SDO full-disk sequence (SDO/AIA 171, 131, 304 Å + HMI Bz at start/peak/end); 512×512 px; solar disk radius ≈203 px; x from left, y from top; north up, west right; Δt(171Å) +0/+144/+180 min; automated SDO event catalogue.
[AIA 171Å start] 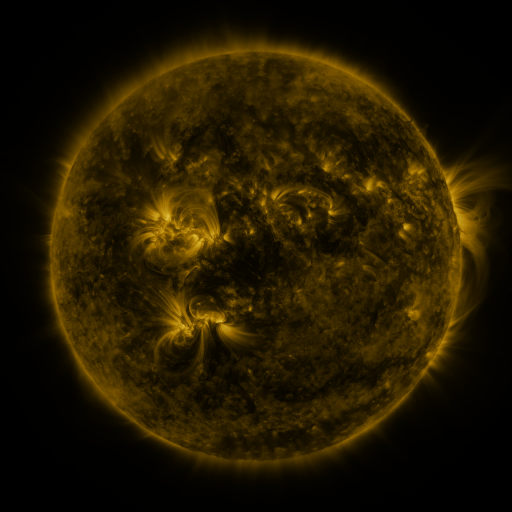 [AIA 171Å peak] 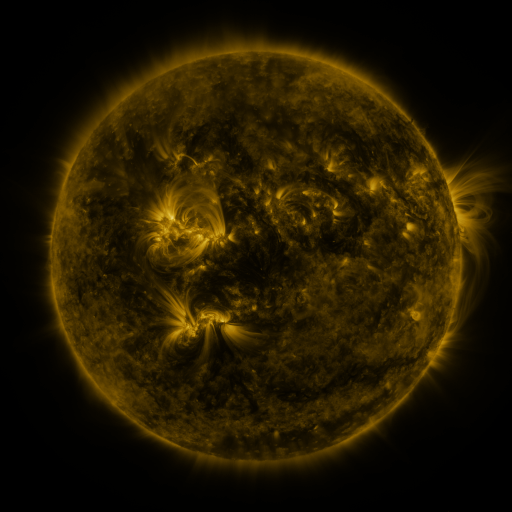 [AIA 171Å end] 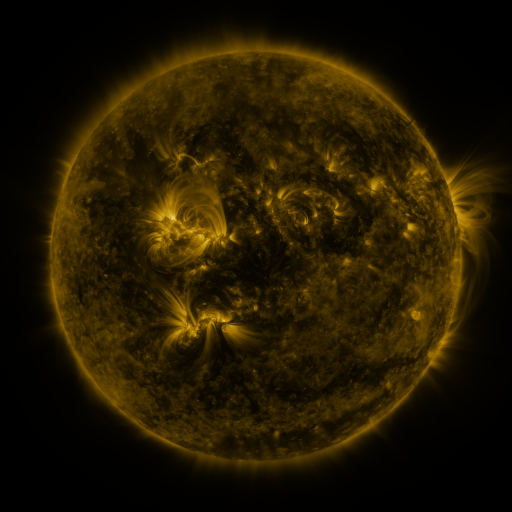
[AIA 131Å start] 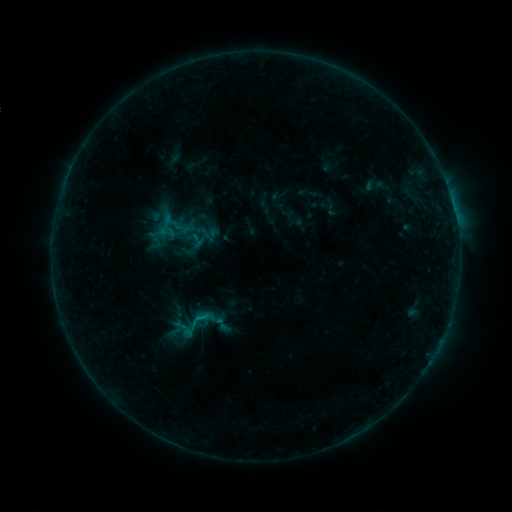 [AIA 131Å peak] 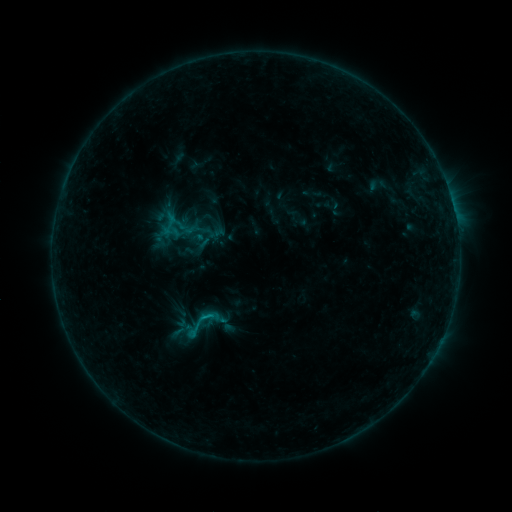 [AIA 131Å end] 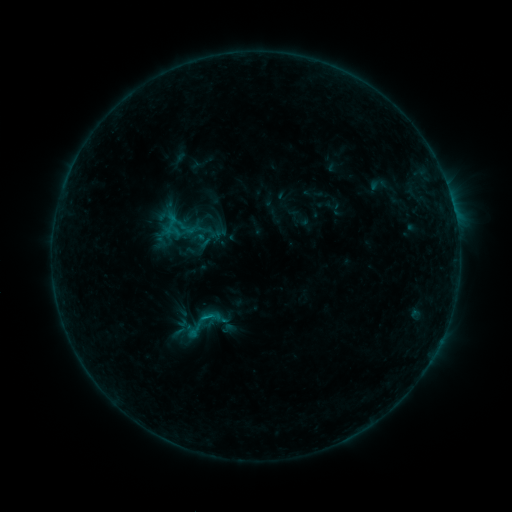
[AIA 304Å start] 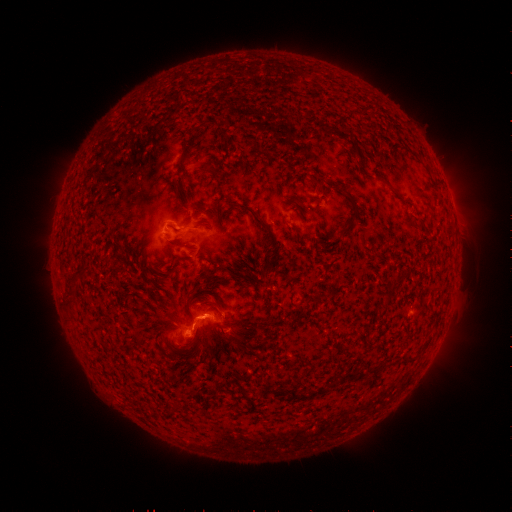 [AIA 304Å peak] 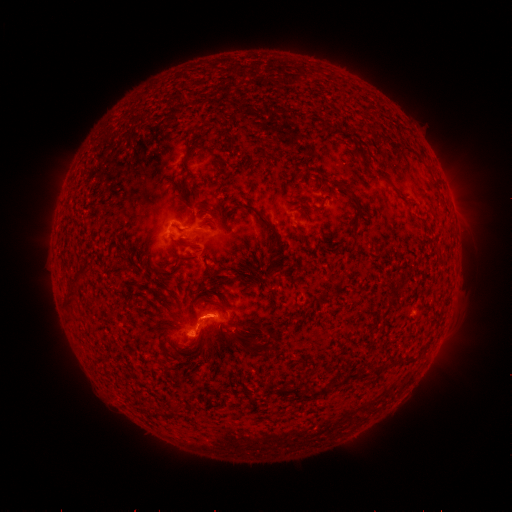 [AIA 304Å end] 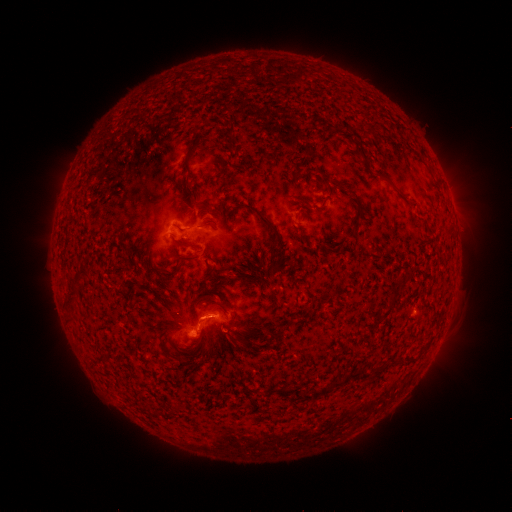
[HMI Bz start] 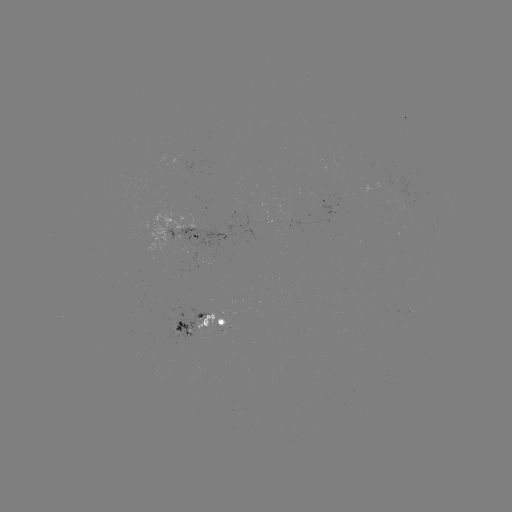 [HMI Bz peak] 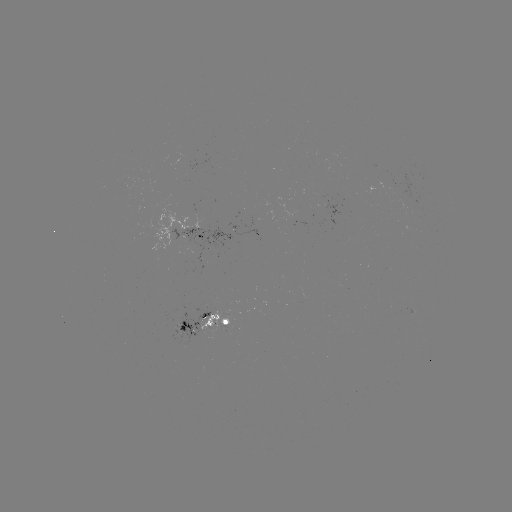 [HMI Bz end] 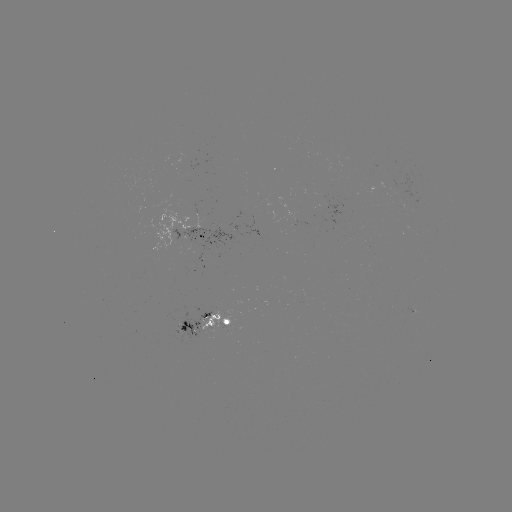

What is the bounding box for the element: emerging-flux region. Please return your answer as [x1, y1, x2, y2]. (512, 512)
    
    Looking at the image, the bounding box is [219, 324, 233, 329].